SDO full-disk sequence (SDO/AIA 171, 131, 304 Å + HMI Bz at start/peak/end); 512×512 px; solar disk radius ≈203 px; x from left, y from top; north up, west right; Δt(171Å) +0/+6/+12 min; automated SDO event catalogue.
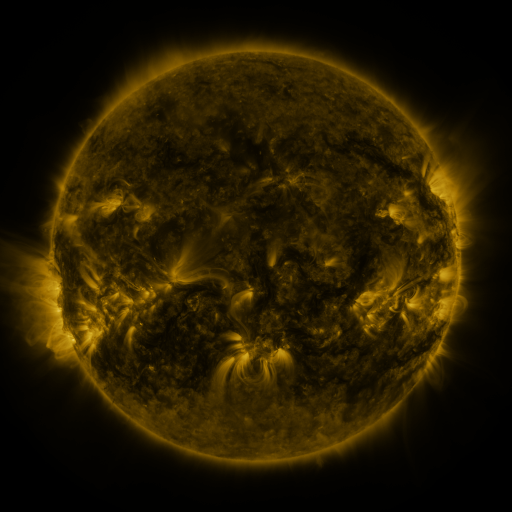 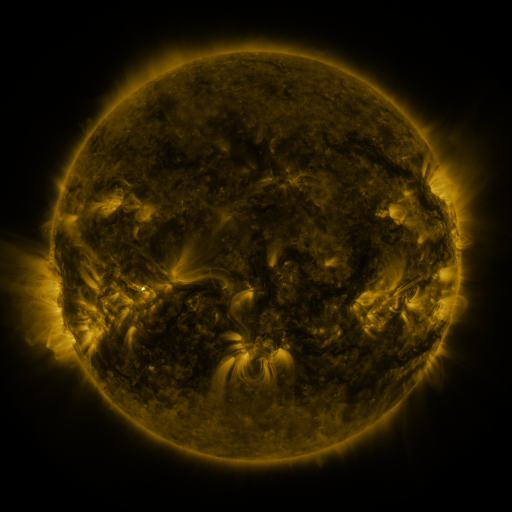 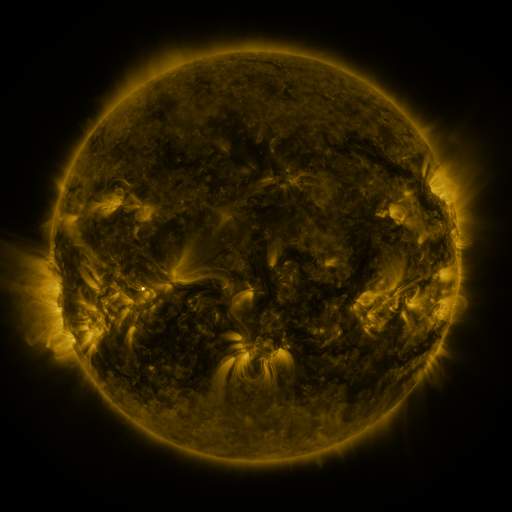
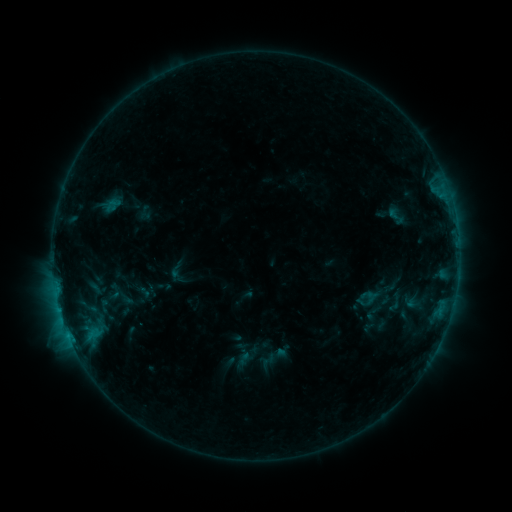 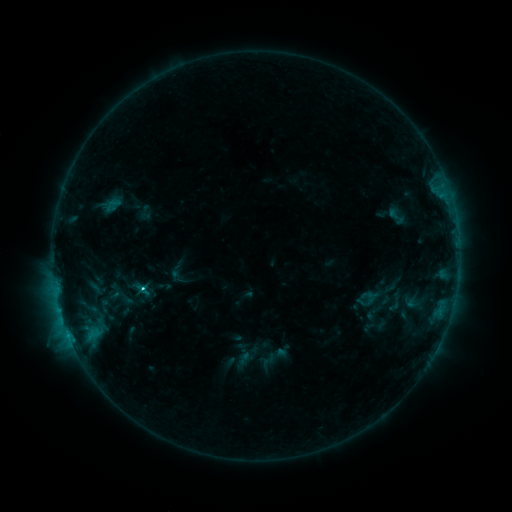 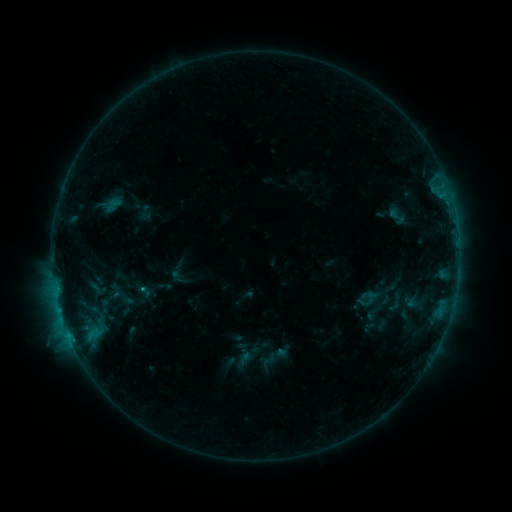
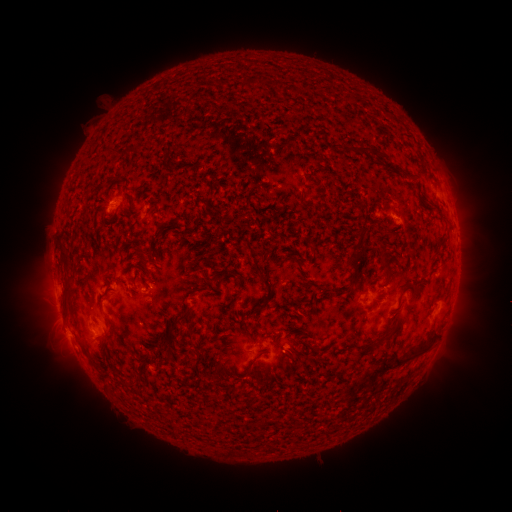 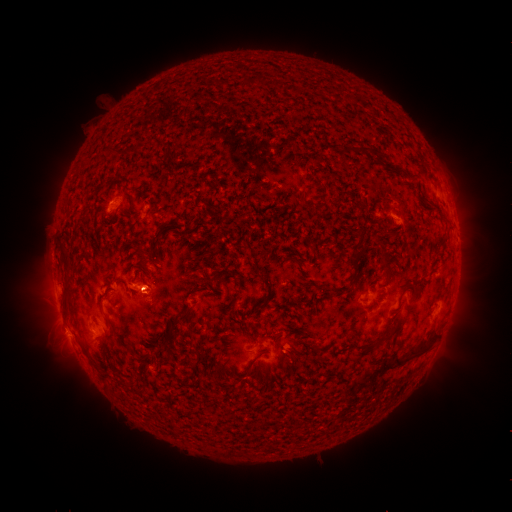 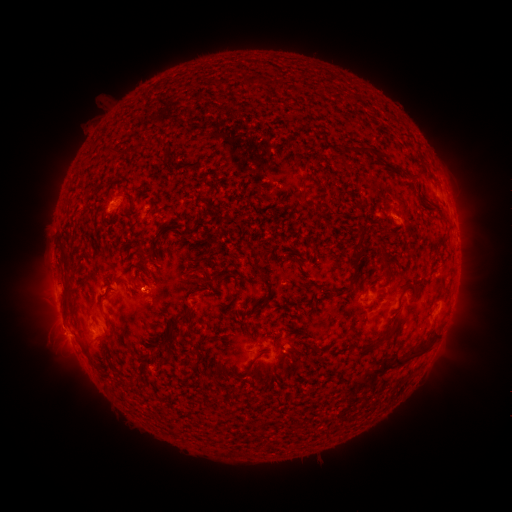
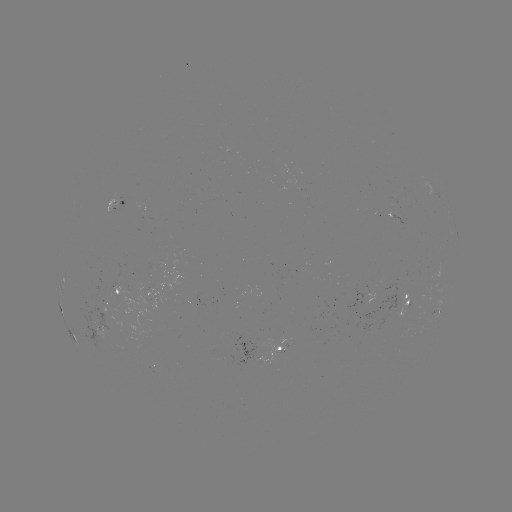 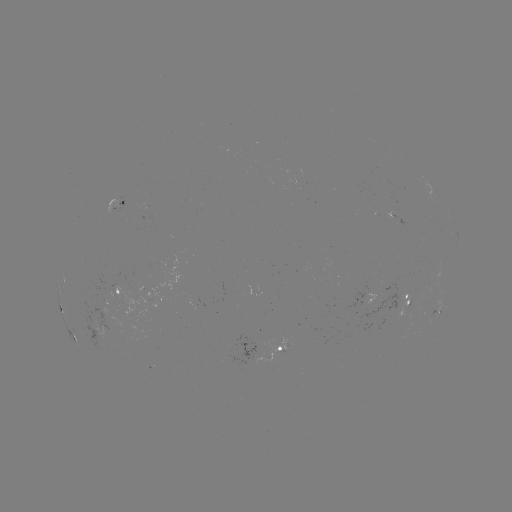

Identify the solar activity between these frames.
eruption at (143, 292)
